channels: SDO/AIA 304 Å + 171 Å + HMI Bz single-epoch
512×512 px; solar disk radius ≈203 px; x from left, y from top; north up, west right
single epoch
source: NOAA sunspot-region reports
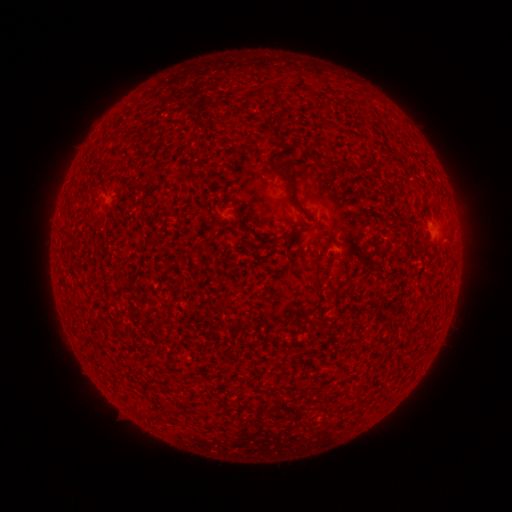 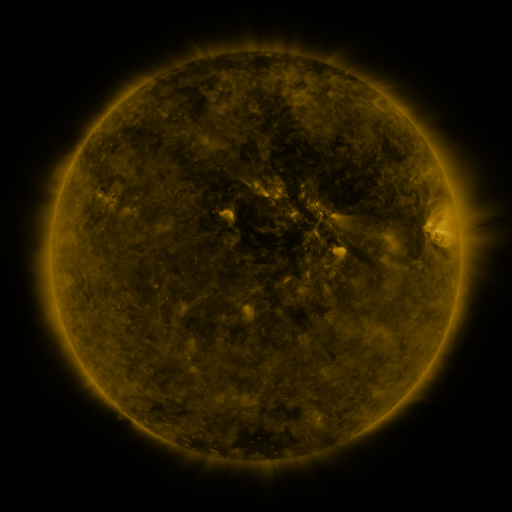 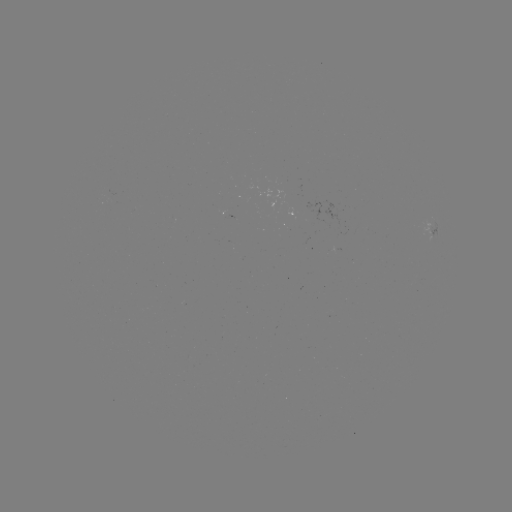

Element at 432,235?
spotted active region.